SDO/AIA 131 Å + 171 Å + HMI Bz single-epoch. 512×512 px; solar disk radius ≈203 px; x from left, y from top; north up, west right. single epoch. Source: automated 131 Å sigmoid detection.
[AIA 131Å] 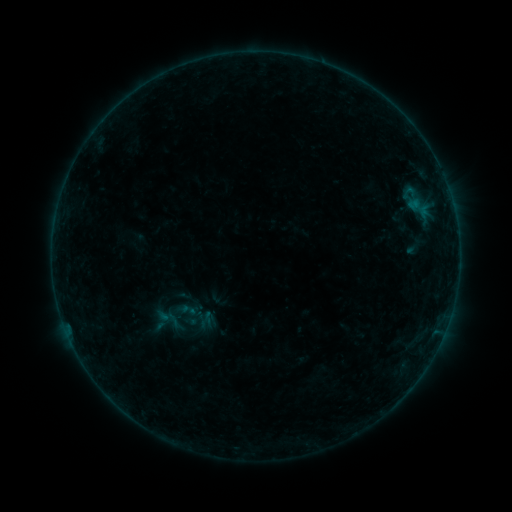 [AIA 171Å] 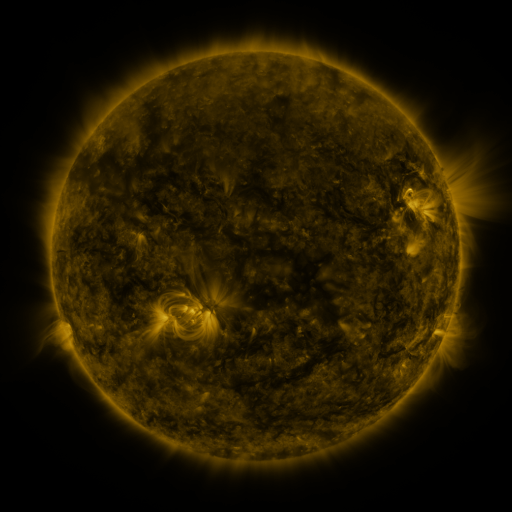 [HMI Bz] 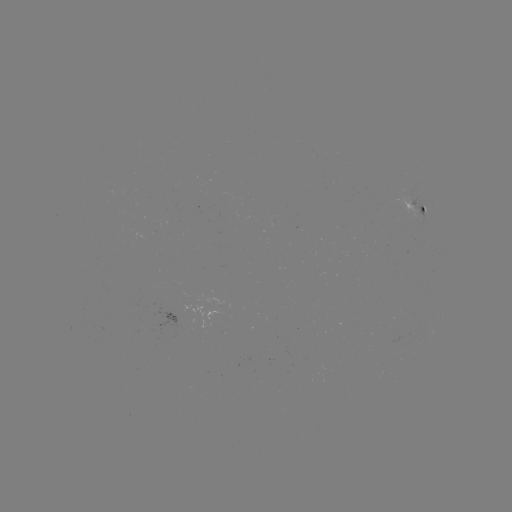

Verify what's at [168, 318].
sigmoid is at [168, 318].